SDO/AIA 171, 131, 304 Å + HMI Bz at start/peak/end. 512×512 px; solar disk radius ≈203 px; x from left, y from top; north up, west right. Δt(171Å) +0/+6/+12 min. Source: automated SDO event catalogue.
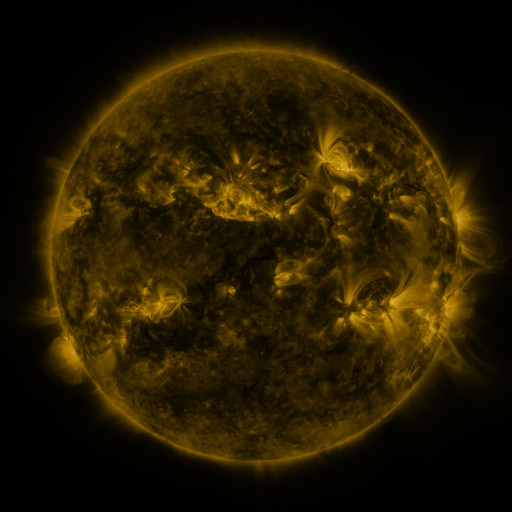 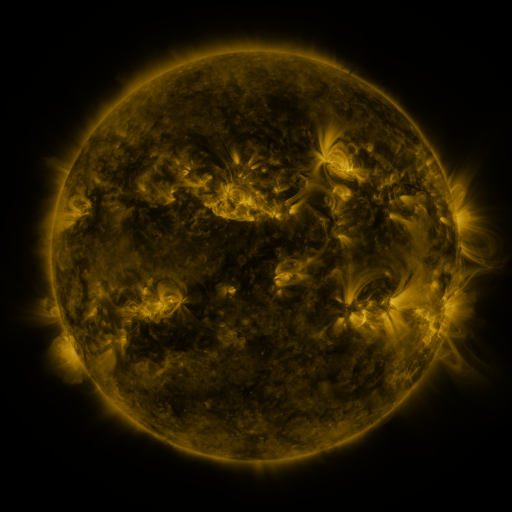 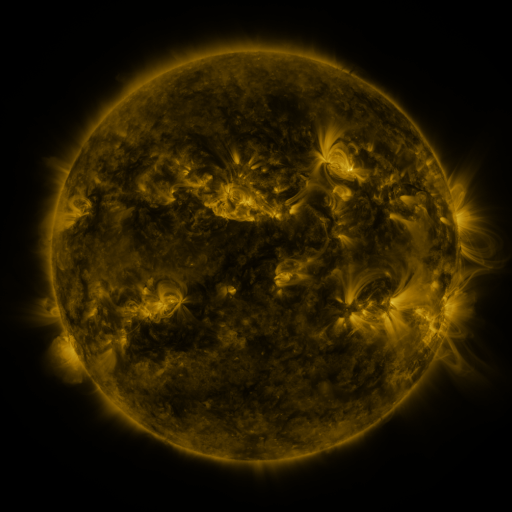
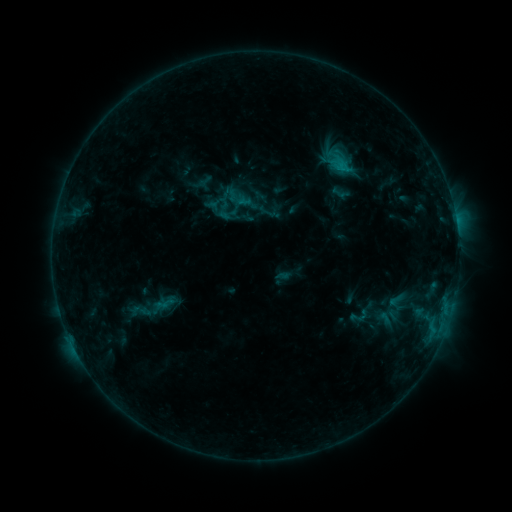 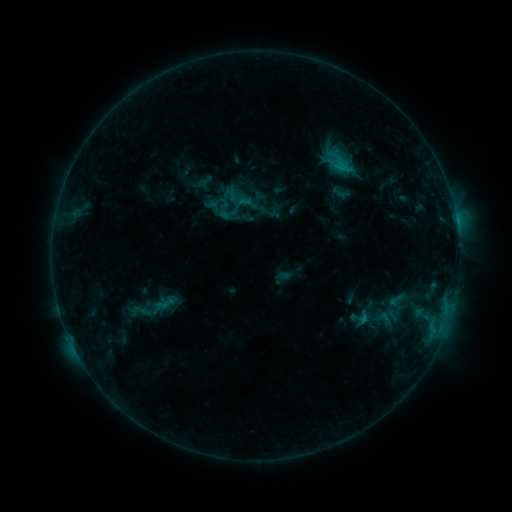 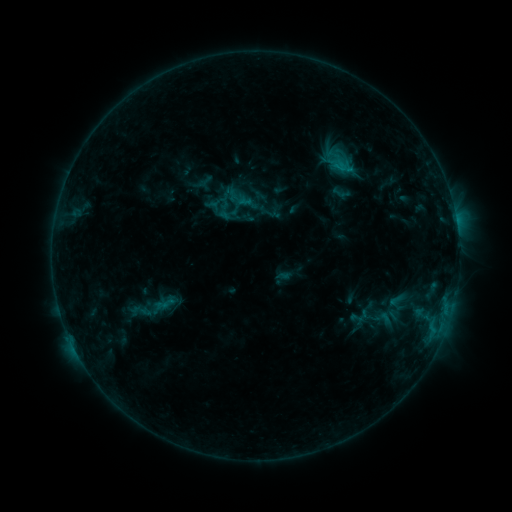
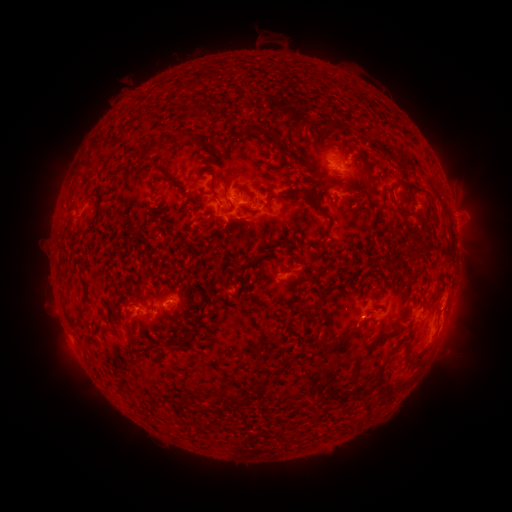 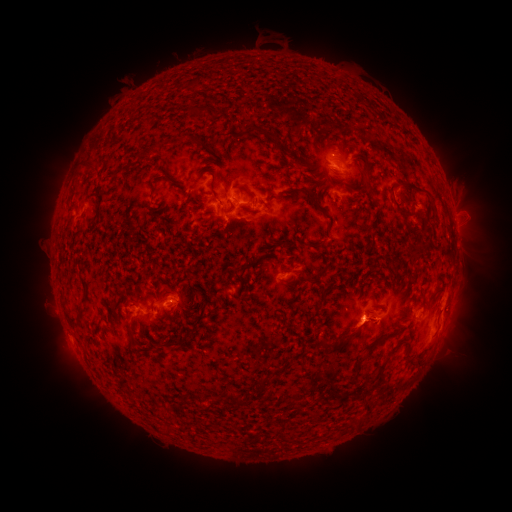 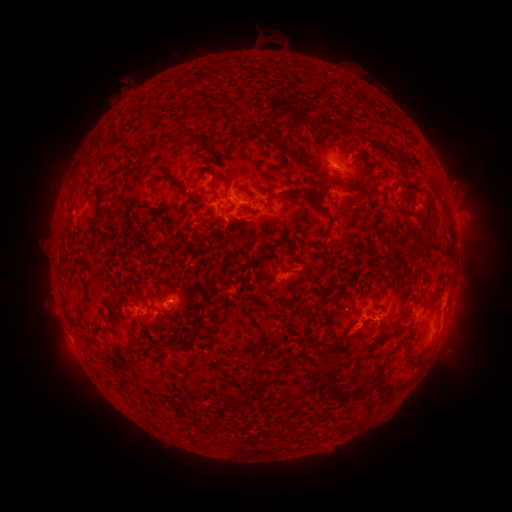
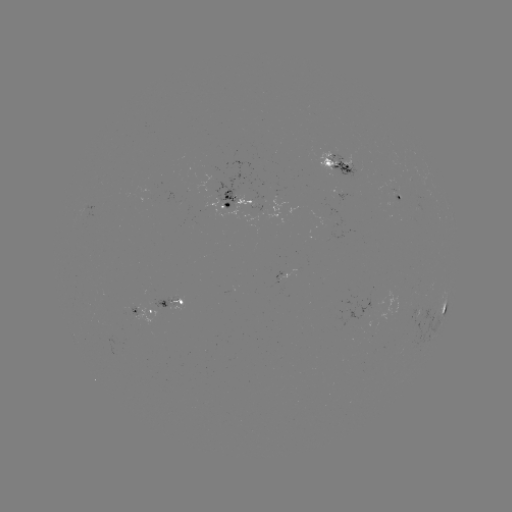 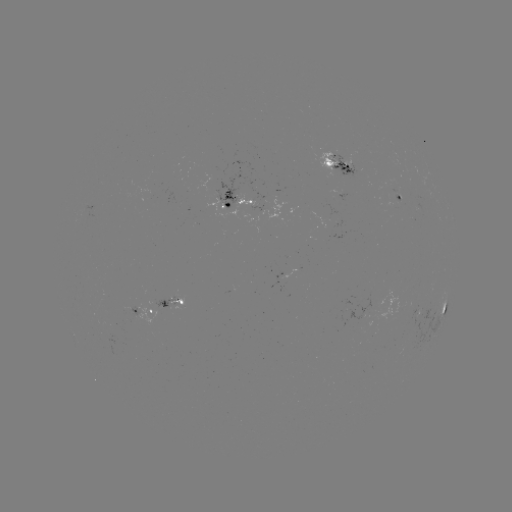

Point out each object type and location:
eruption: (357, 333)
